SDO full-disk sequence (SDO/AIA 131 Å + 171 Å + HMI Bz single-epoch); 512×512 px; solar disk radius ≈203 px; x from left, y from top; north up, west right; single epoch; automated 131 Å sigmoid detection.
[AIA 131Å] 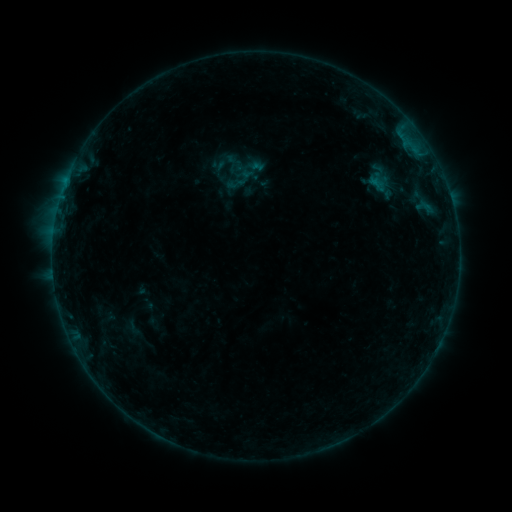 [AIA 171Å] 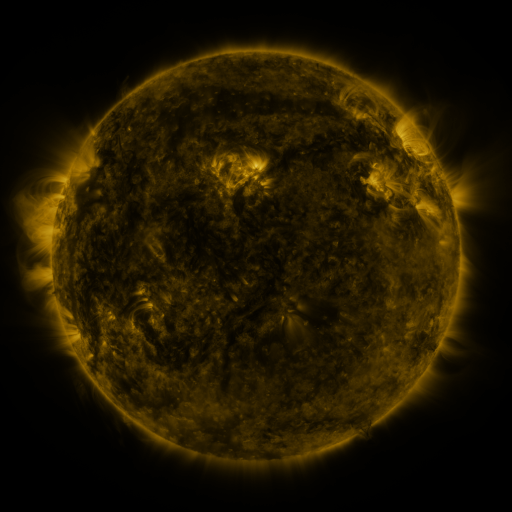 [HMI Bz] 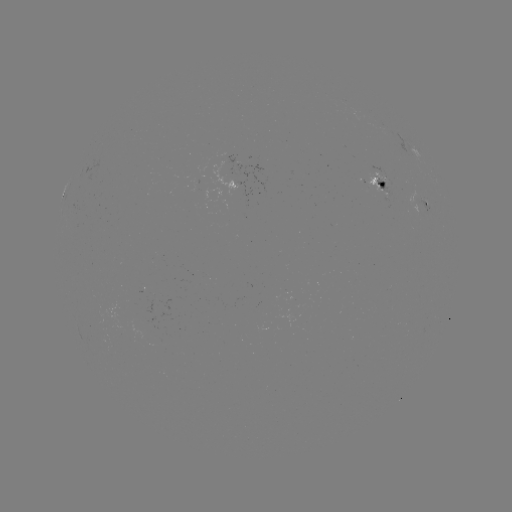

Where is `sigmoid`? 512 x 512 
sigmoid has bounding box [227, 174, 245, 191].